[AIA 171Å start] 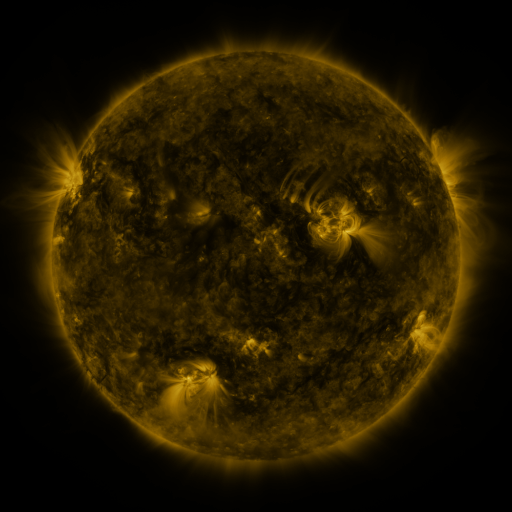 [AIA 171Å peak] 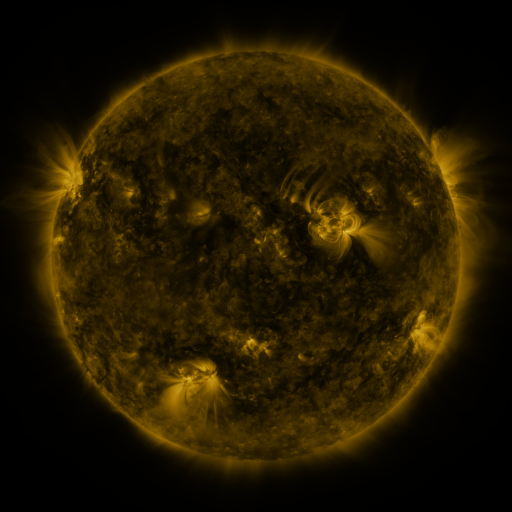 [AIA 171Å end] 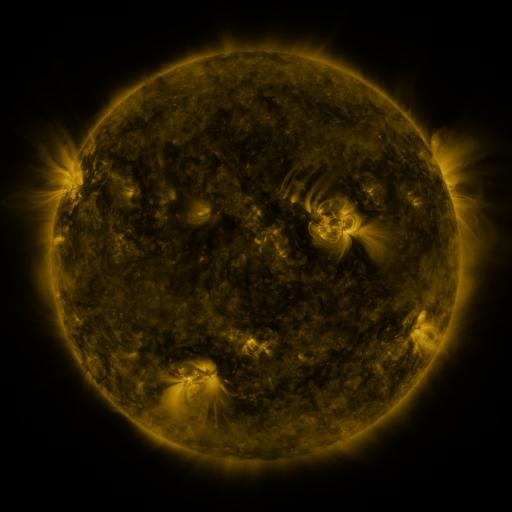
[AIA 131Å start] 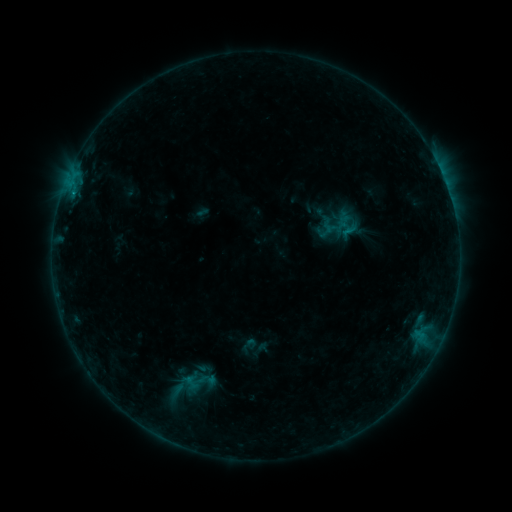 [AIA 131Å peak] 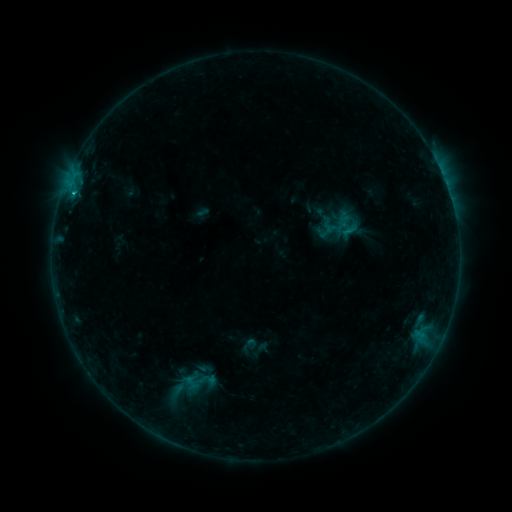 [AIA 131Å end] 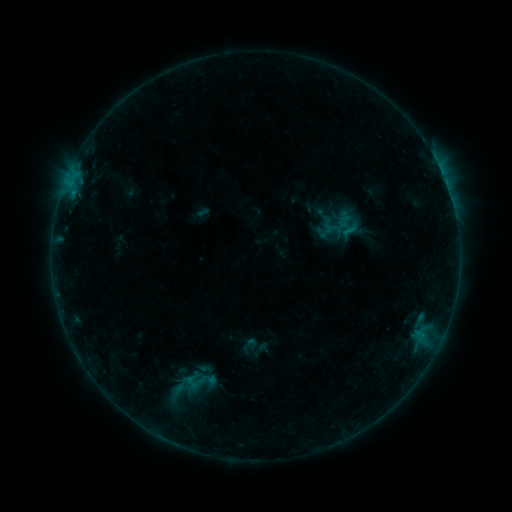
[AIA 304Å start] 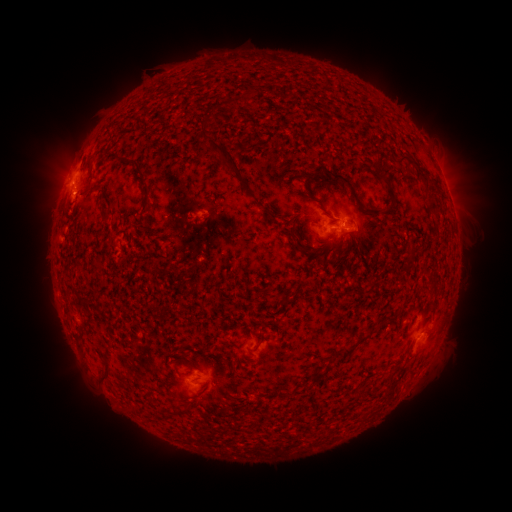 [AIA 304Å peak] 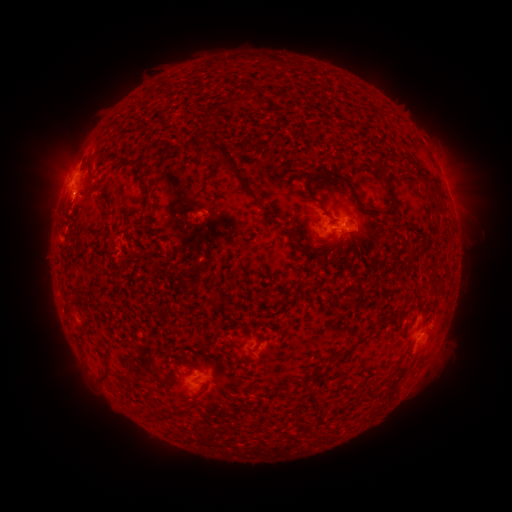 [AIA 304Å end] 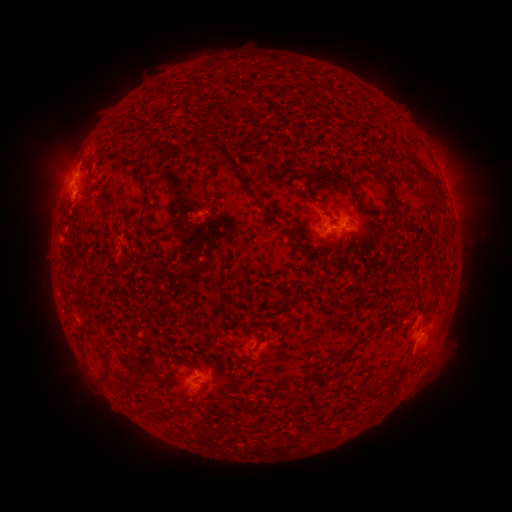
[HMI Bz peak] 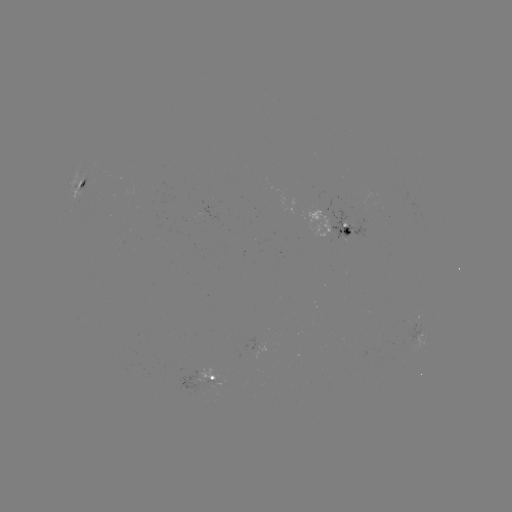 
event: flare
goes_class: B7.9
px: (75, 194)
